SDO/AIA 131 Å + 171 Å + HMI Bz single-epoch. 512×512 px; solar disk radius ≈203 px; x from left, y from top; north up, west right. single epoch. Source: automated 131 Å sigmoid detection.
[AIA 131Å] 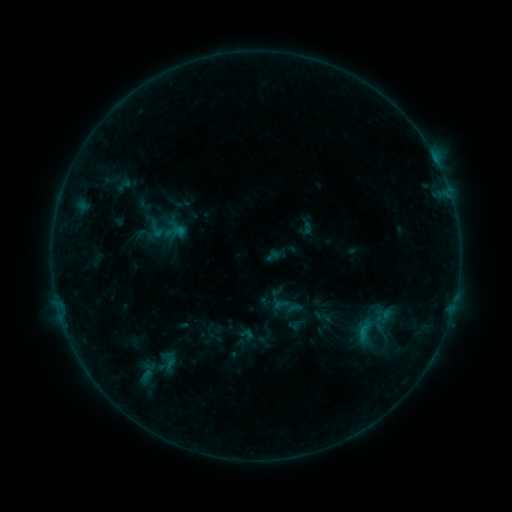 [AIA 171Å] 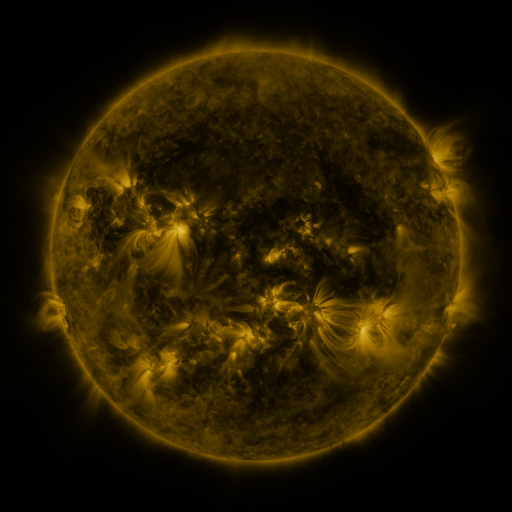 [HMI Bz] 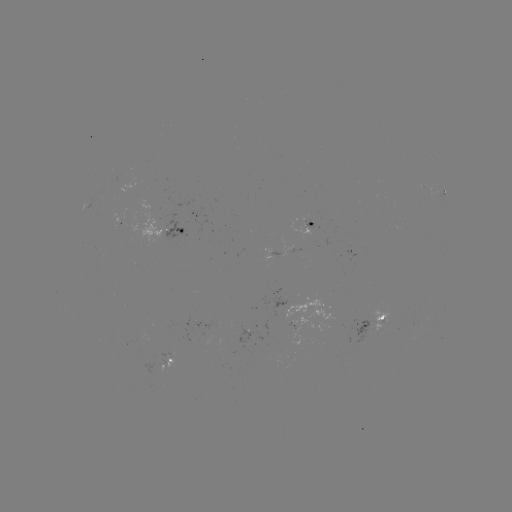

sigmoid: <bbox>111, 337, 197, 397</bbox>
